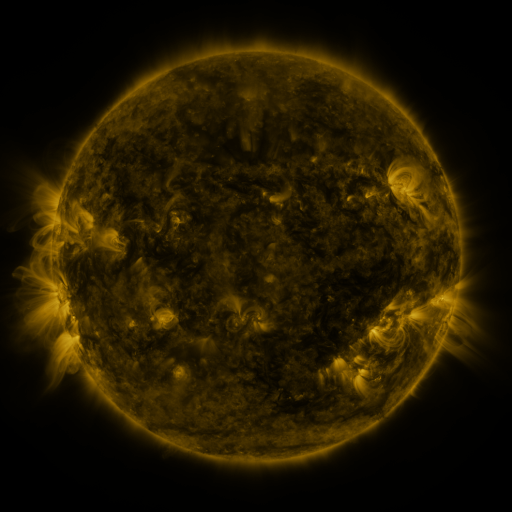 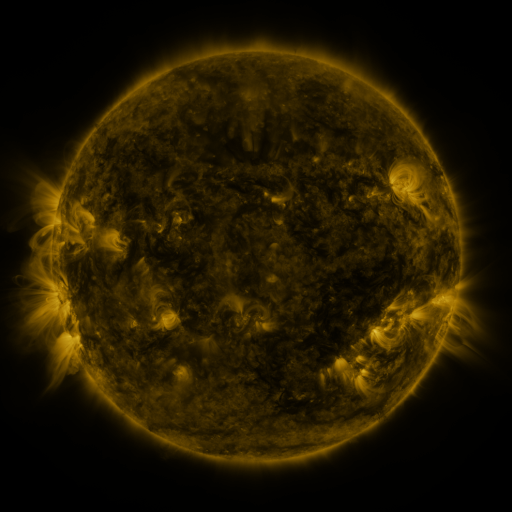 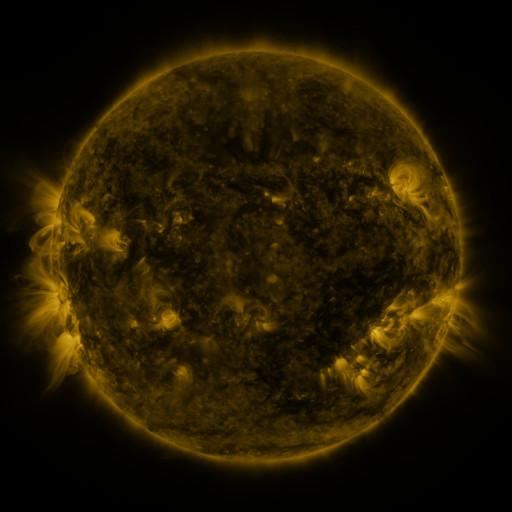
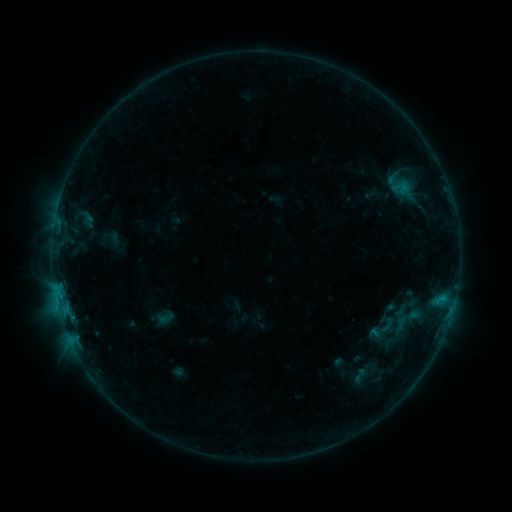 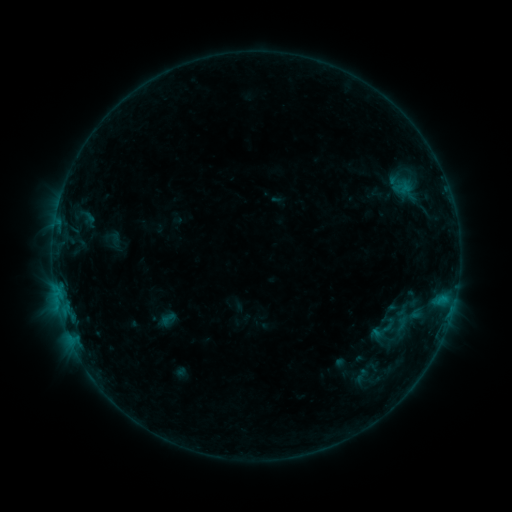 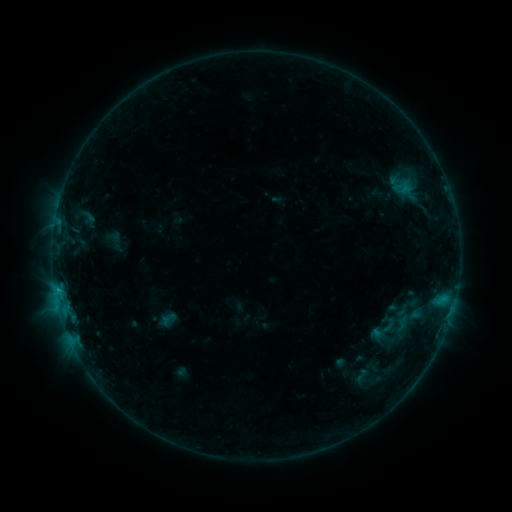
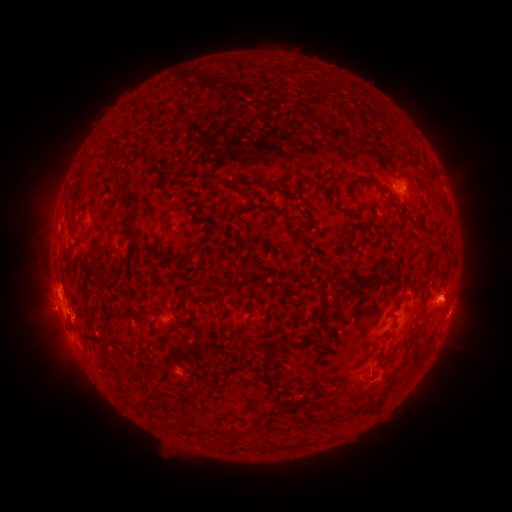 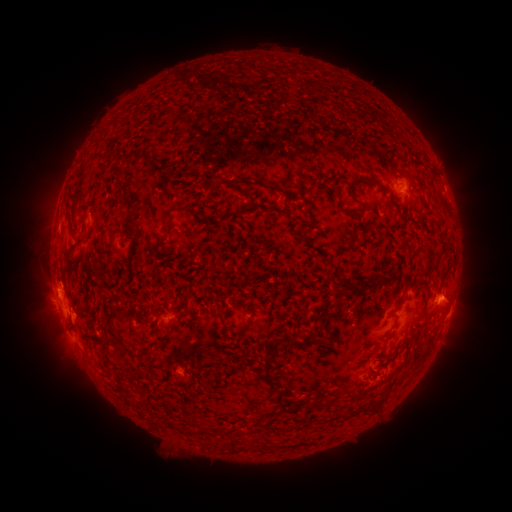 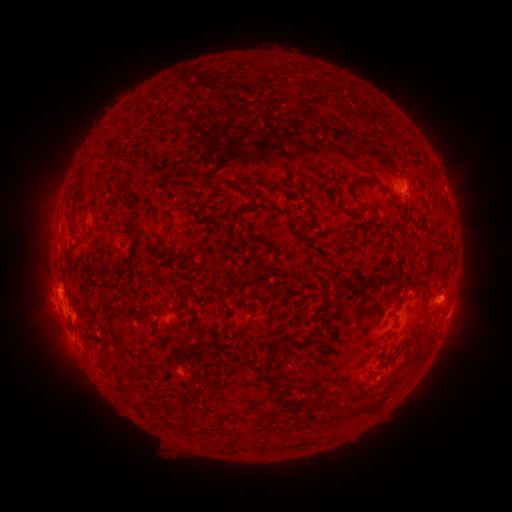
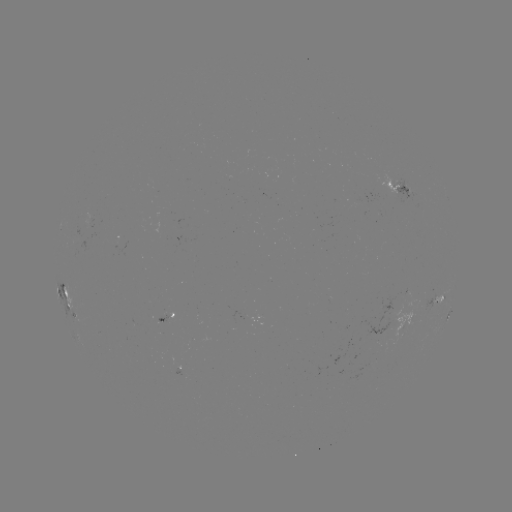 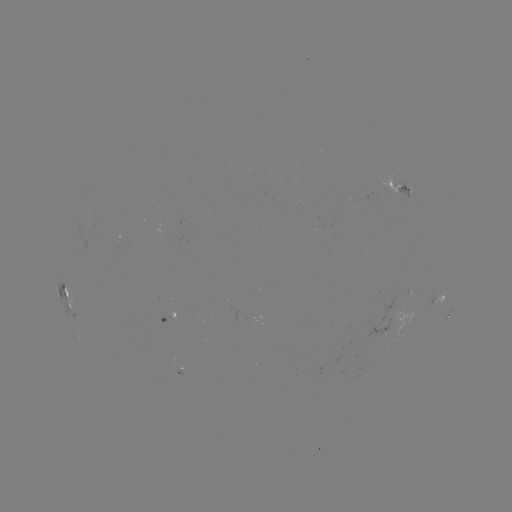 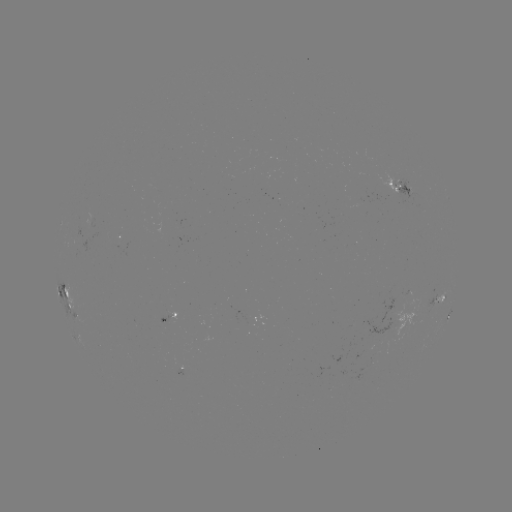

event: emerging-flux region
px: (84, 229)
